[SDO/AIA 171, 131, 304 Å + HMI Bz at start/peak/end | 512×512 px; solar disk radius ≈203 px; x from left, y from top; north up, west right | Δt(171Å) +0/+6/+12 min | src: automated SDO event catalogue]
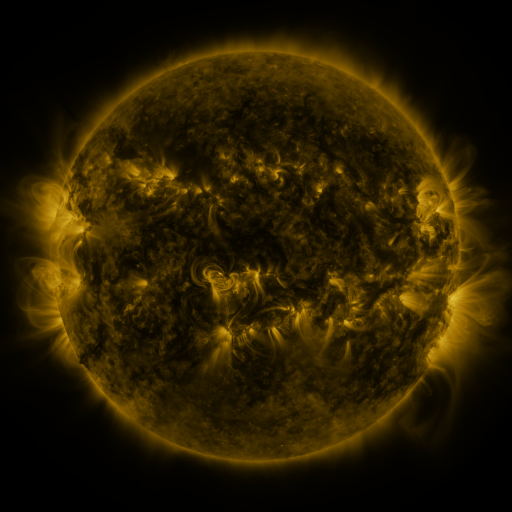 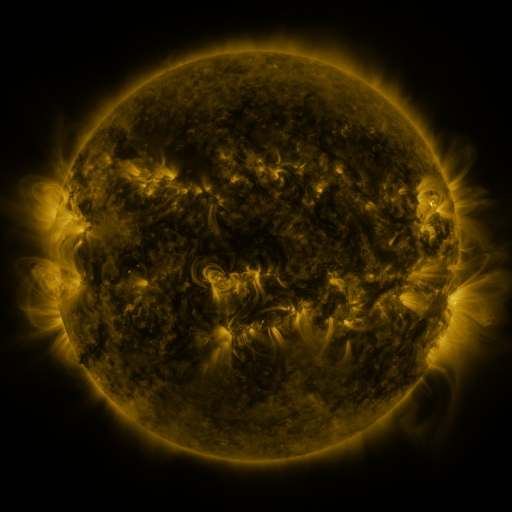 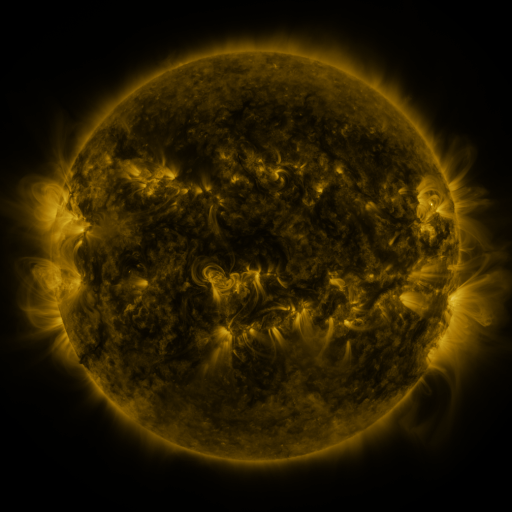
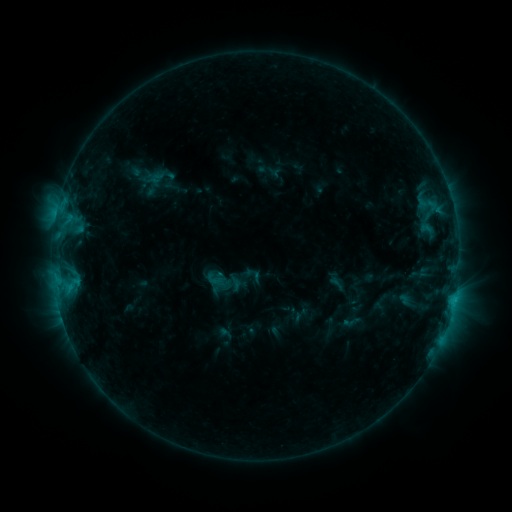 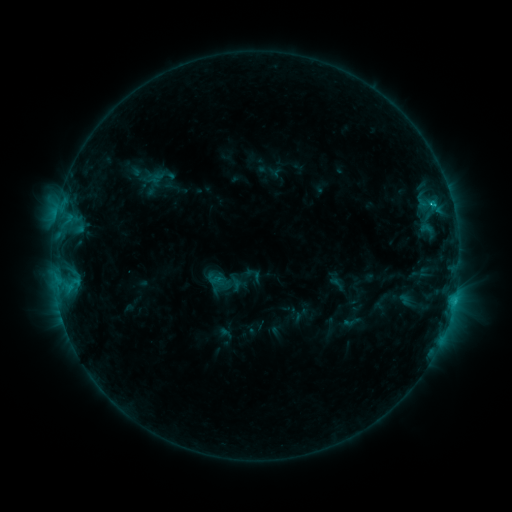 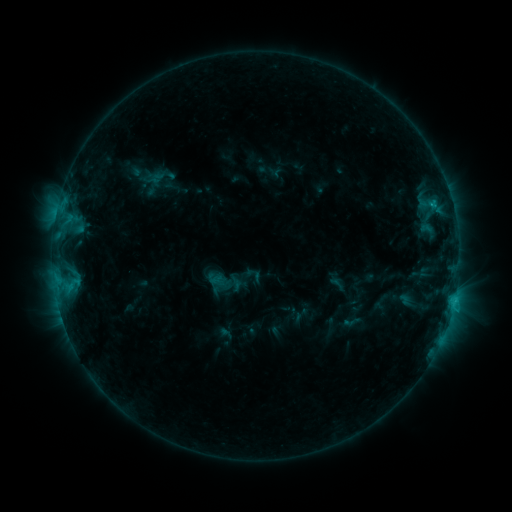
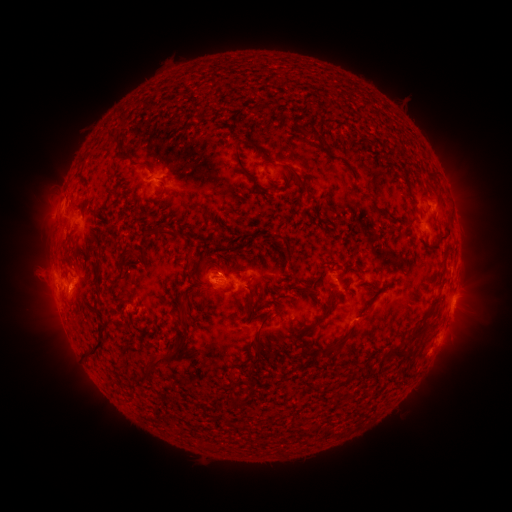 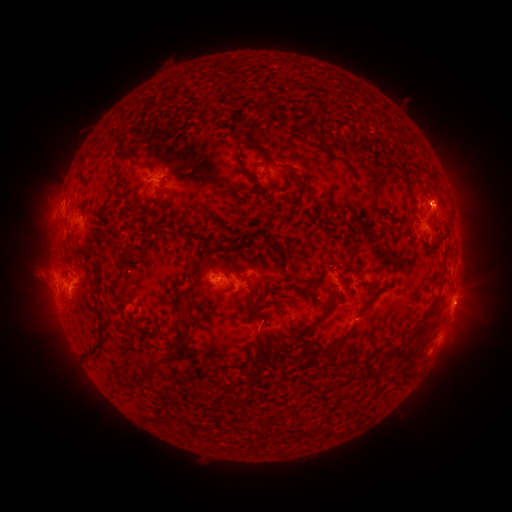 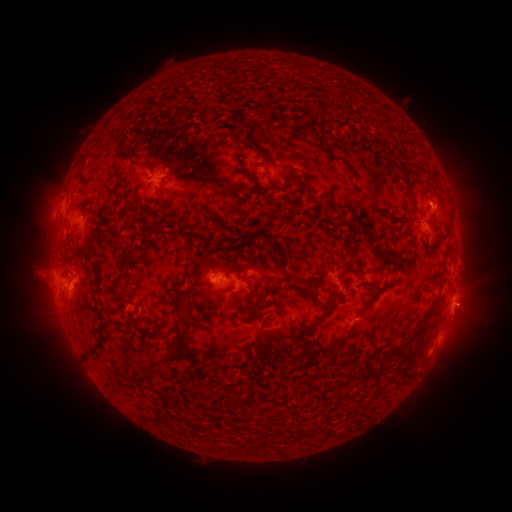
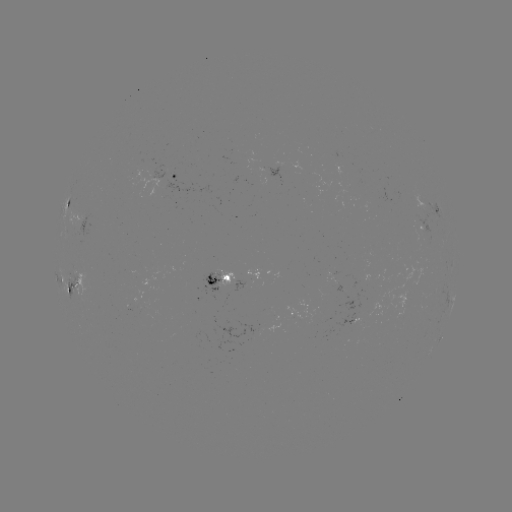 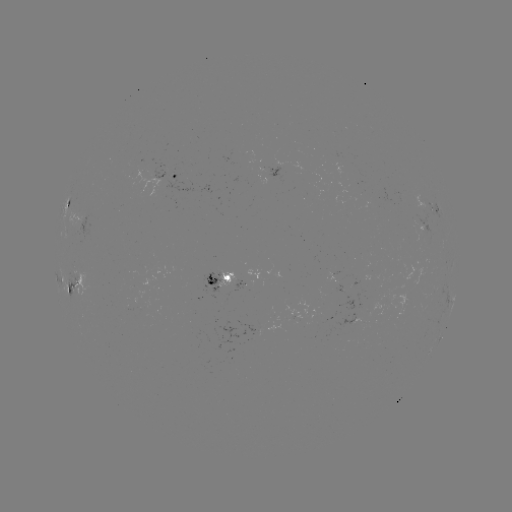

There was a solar flare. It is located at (453, 300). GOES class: C1.2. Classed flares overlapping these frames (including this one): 1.